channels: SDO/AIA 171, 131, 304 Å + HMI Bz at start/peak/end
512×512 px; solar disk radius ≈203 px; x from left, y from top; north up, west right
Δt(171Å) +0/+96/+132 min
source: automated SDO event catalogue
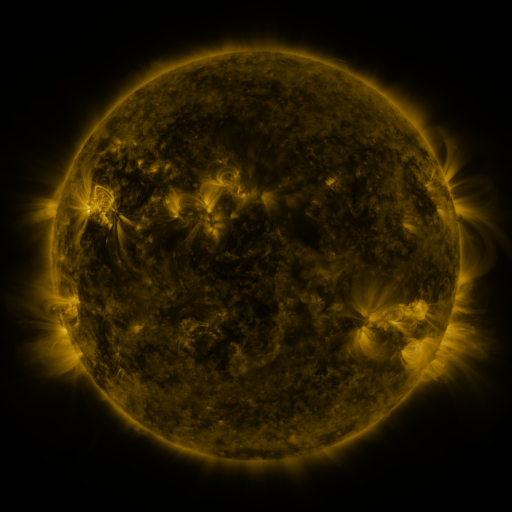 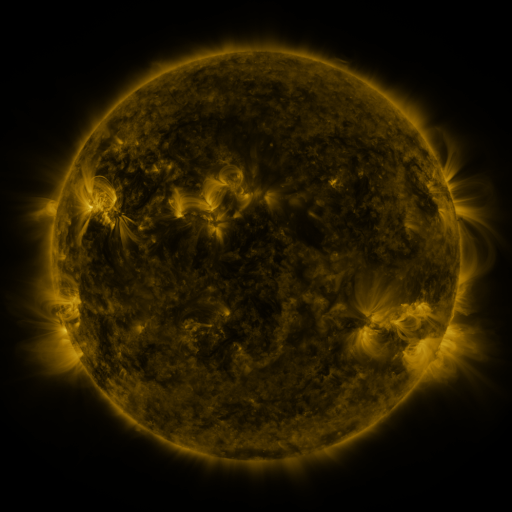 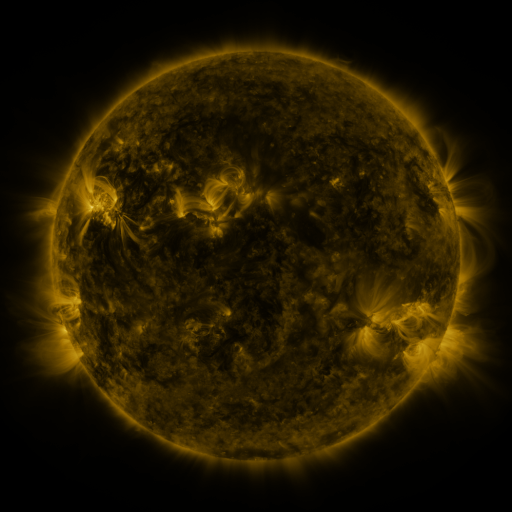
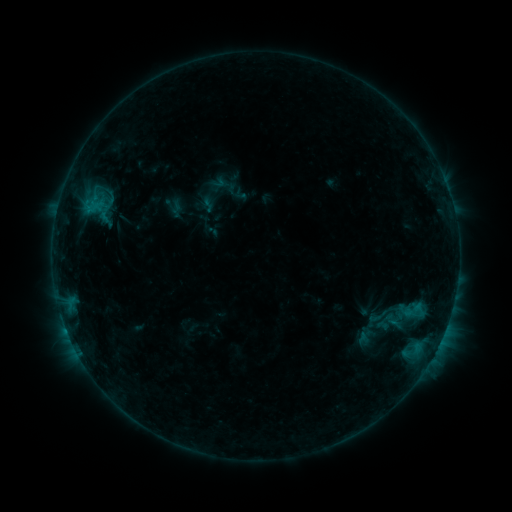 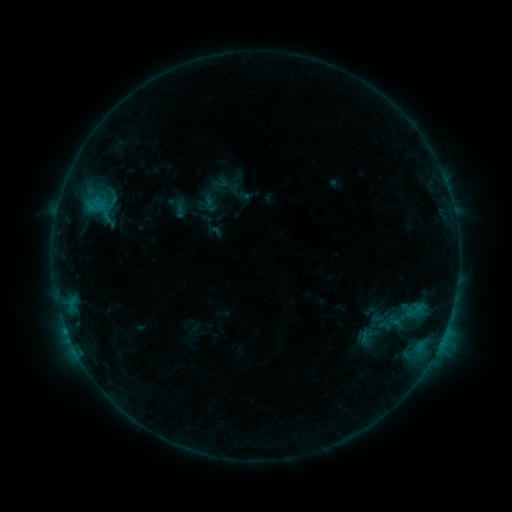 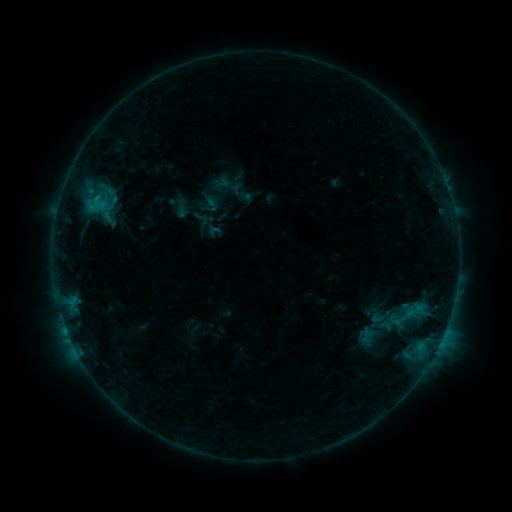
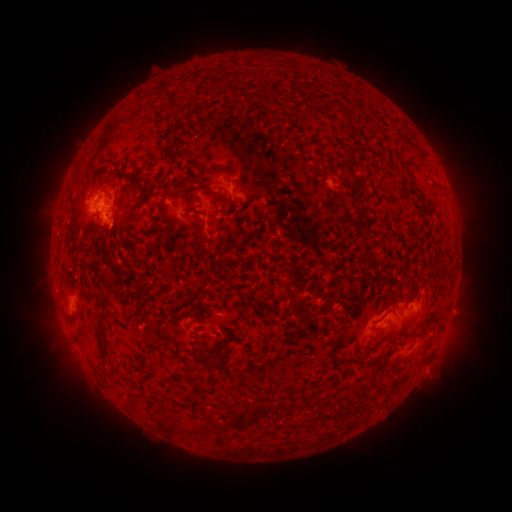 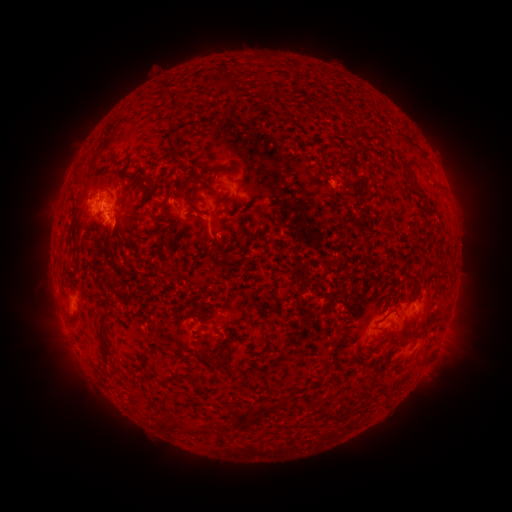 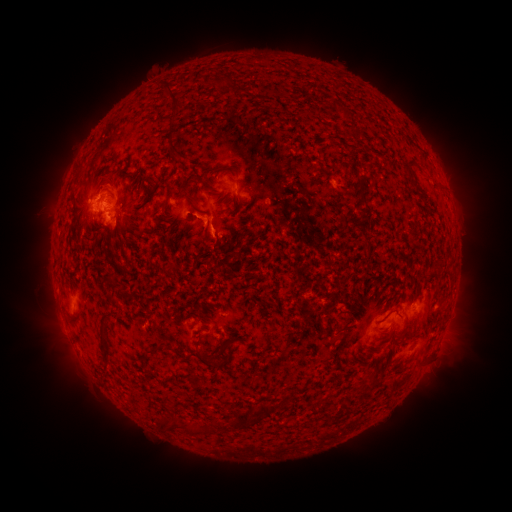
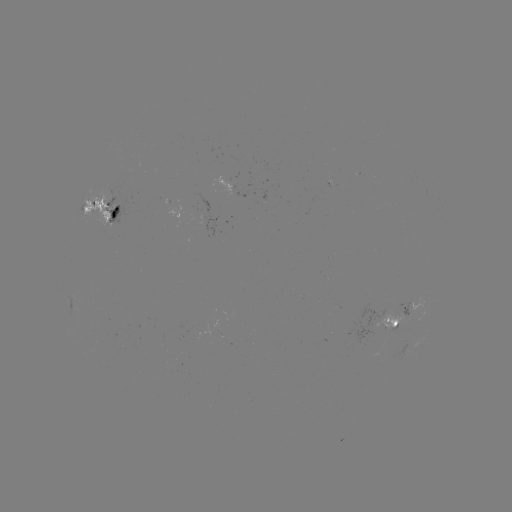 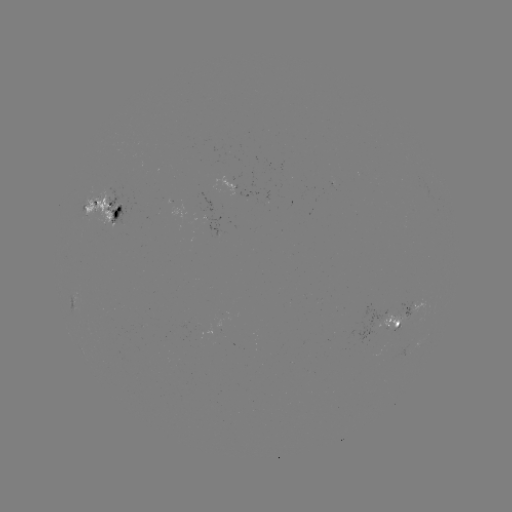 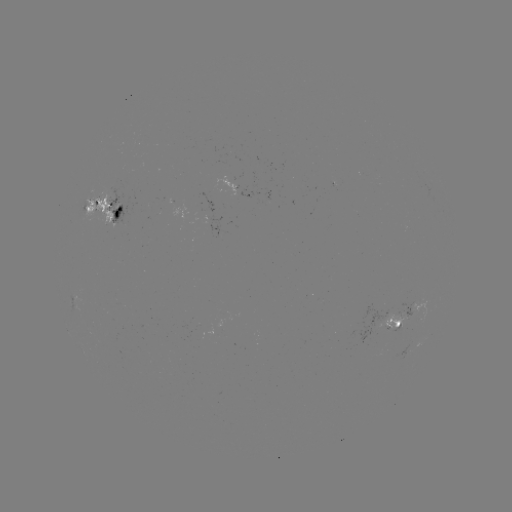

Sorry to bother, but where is emerging-flux region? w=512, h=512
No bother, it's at (238, 195).